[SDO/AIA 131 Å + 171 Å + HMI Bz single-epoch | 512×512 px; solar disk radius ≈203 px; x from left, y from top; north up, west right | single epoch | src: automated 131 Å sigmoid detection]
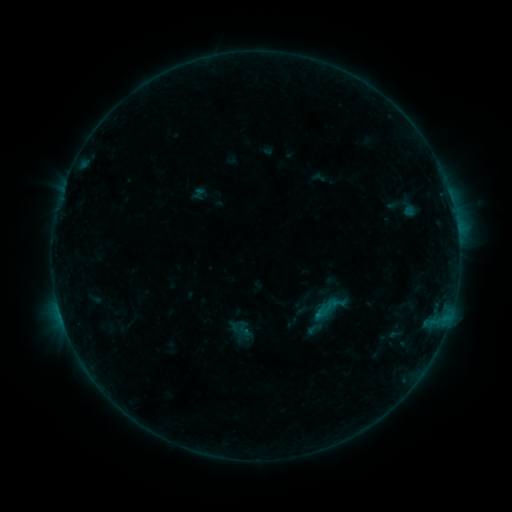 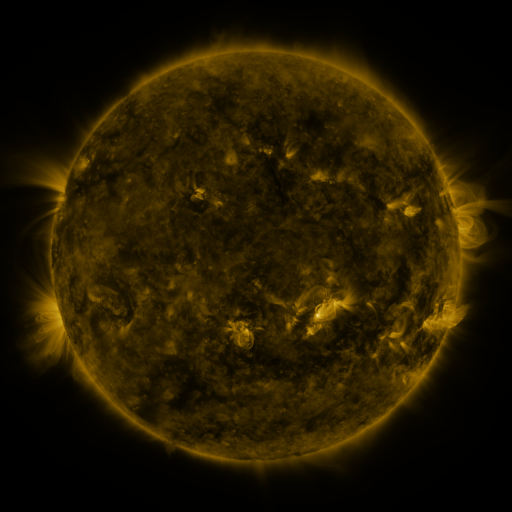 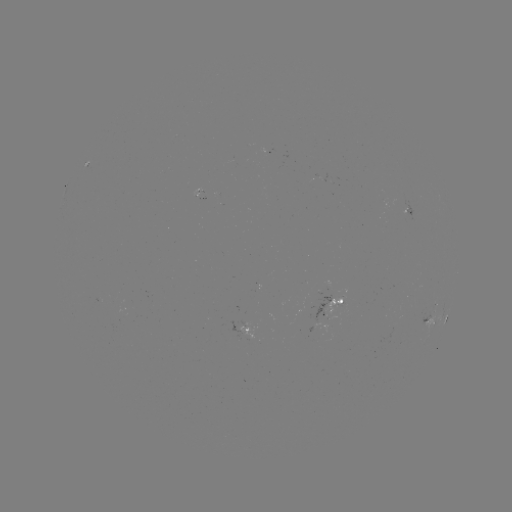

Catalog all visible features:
sigmoid: (328, 308)
sigmoid: (240, 330)
